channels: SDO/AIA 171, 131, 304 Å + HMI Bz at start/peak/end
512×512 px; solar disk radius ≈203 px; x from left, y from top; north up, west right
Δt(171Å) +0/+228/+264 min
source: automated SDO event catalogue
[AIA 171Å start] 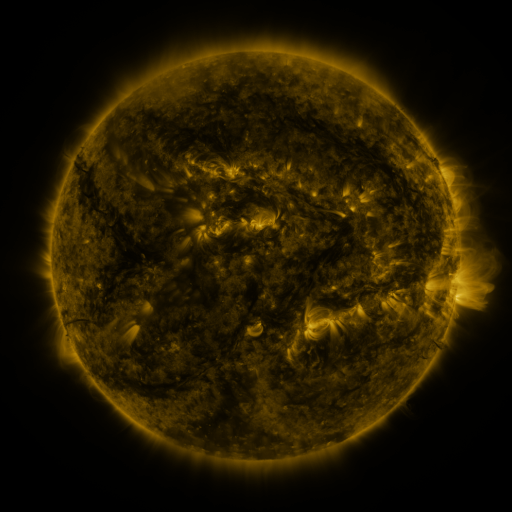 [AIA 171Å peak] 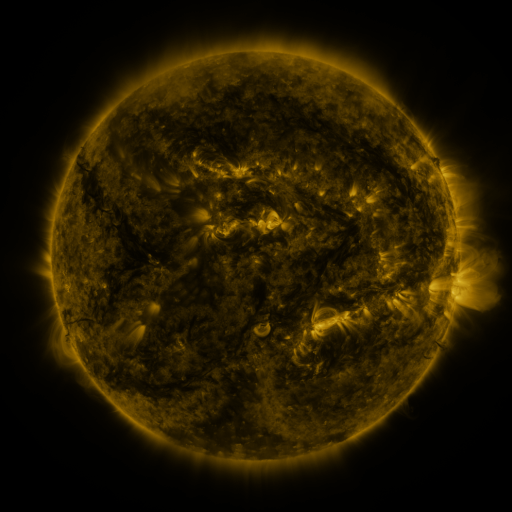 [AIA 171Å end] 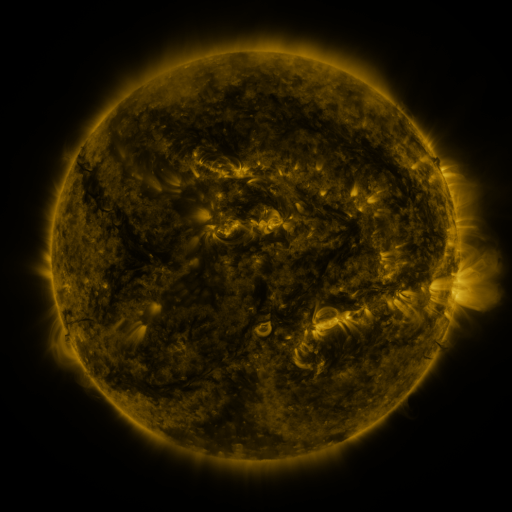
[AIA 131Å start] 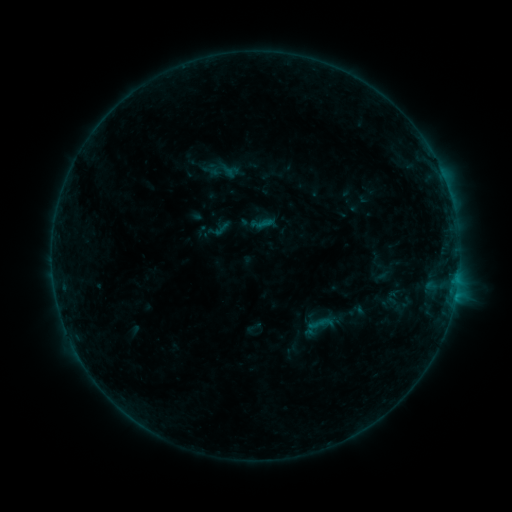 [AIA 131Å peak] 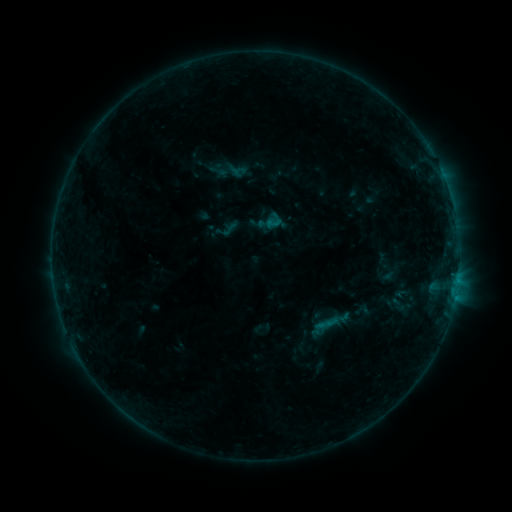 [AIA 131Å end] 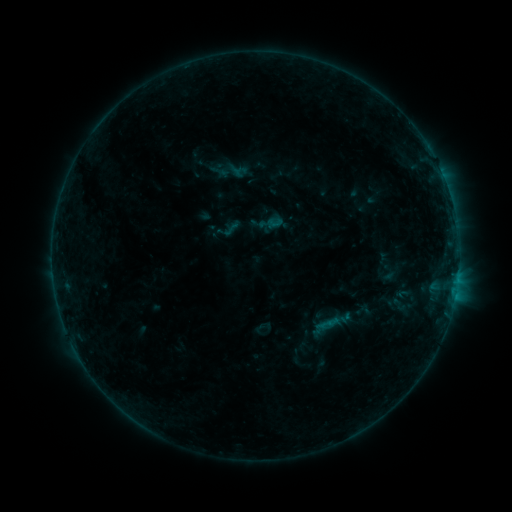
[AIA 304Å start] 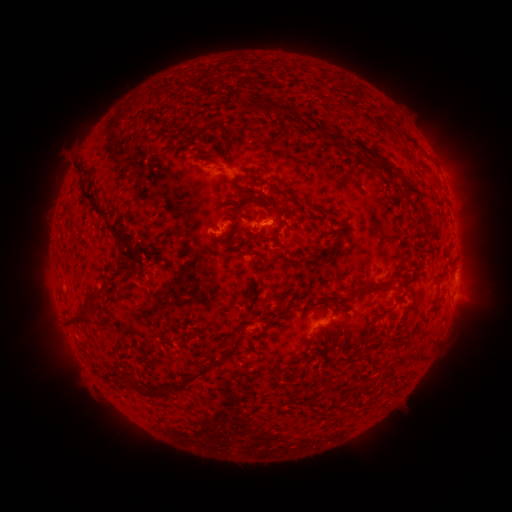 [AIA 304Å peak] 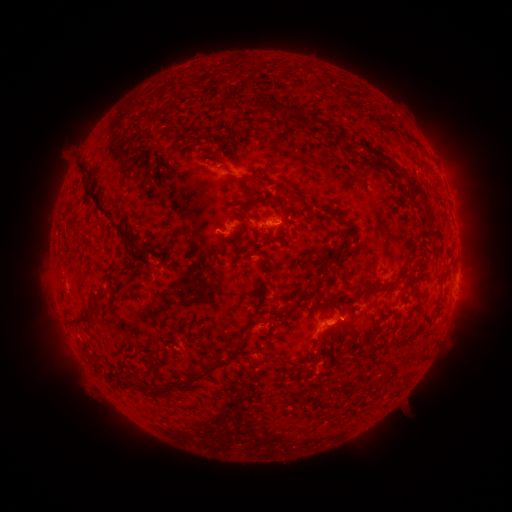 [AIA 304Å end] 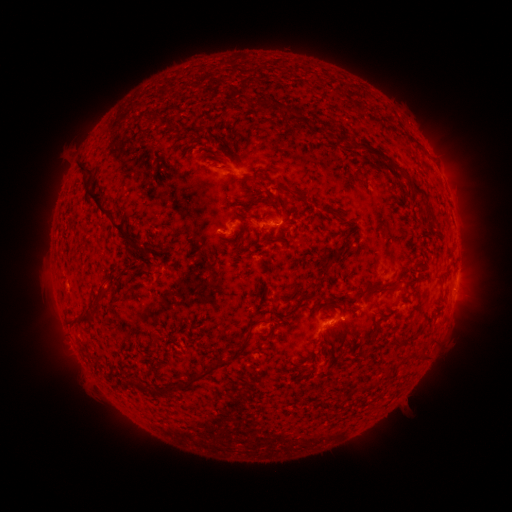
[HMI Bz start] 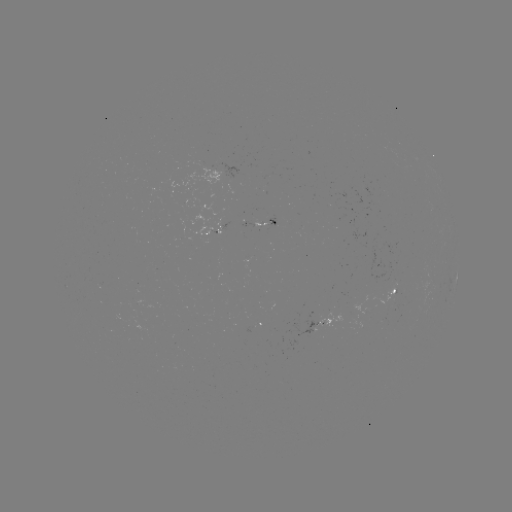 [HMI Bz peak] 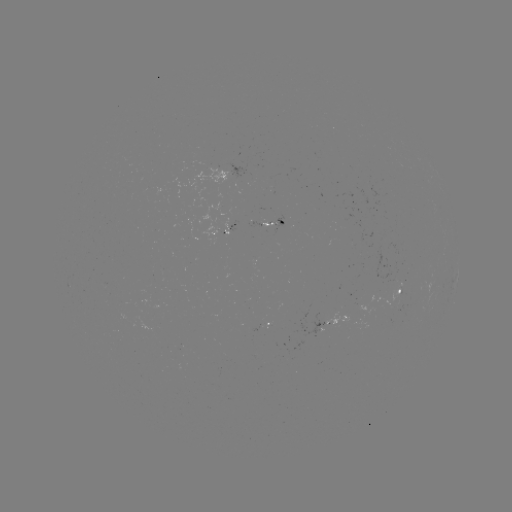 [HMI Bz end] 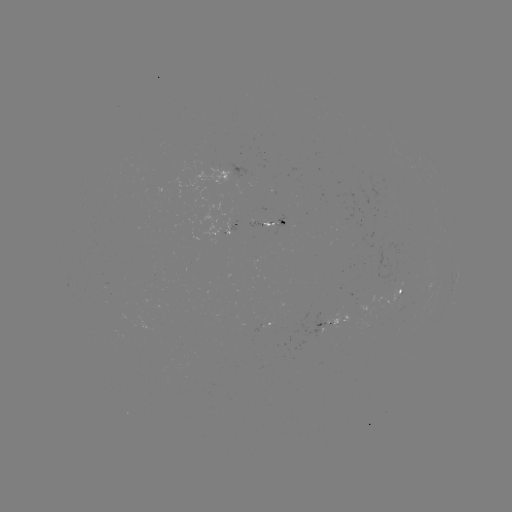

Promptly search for emerging-flux region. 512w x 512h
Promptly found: [268, 223].